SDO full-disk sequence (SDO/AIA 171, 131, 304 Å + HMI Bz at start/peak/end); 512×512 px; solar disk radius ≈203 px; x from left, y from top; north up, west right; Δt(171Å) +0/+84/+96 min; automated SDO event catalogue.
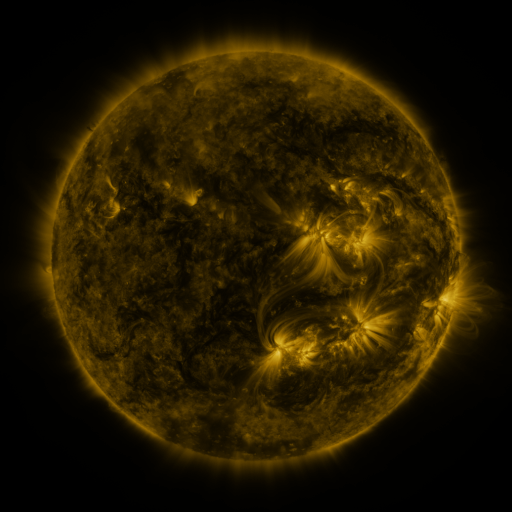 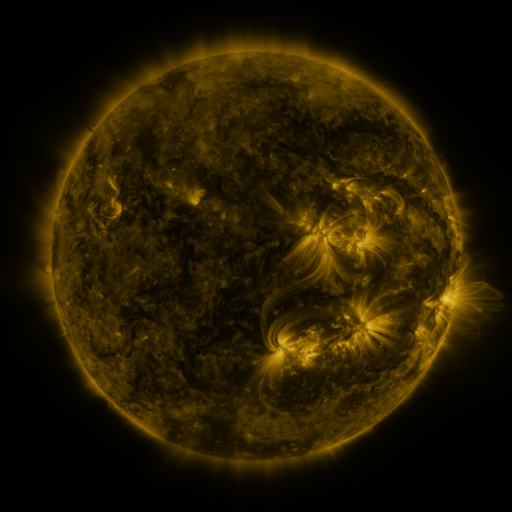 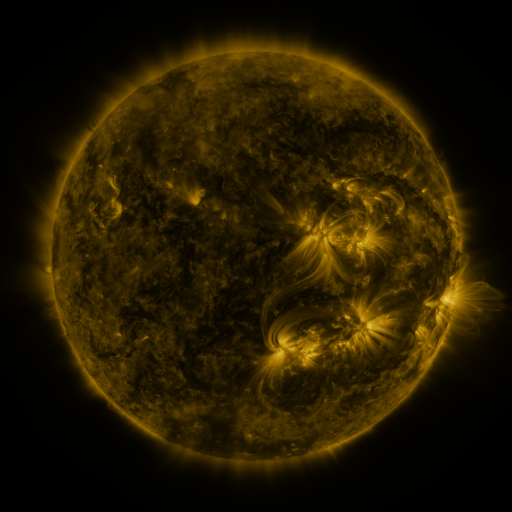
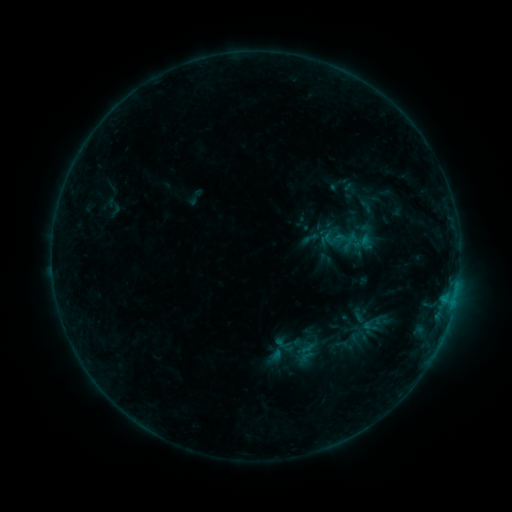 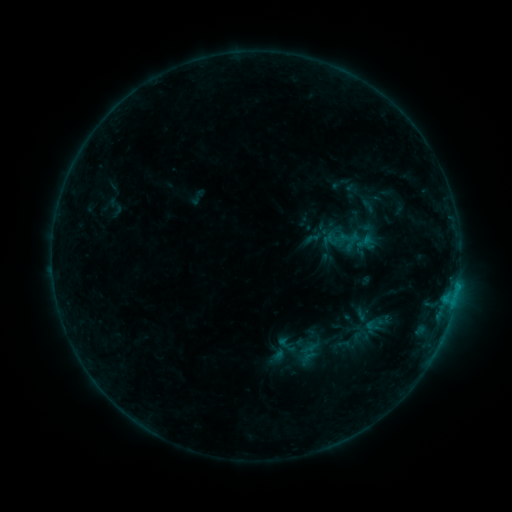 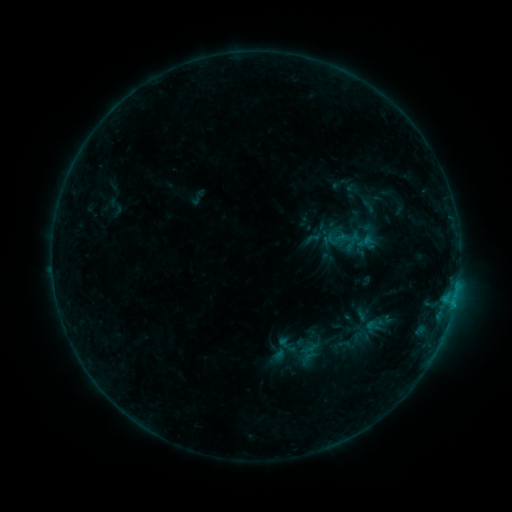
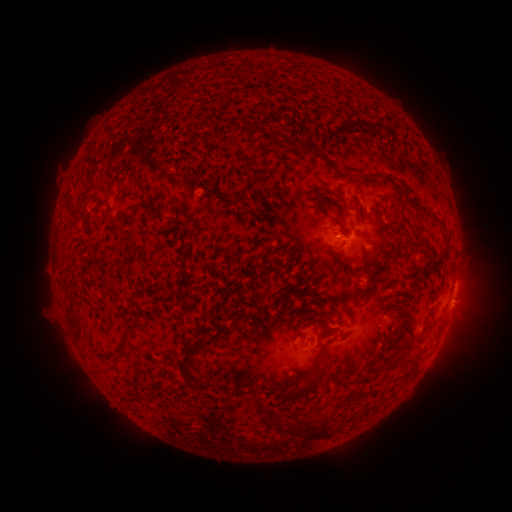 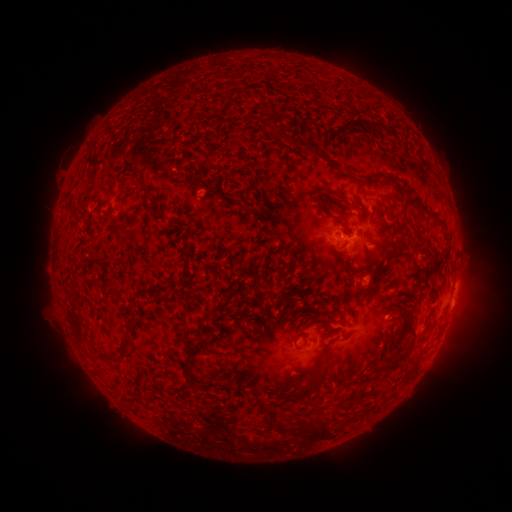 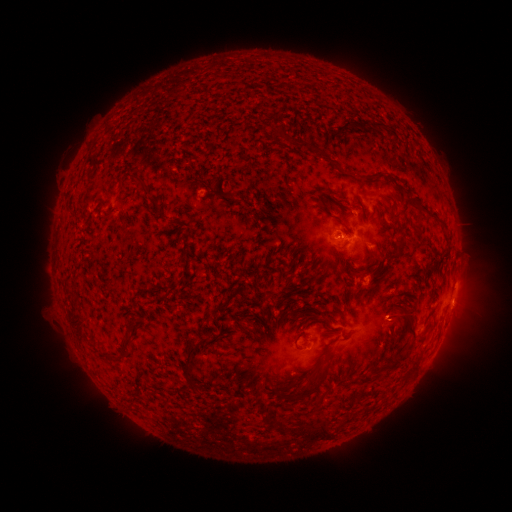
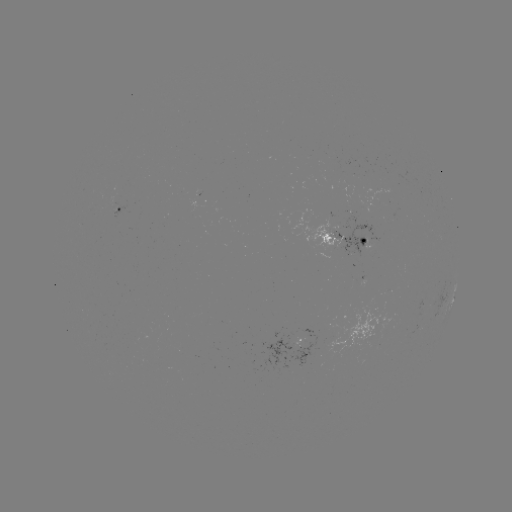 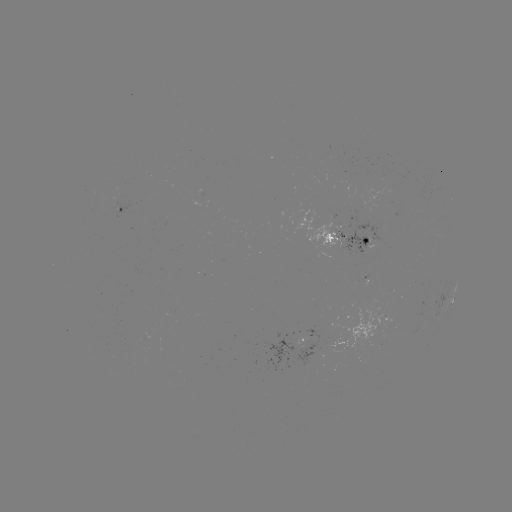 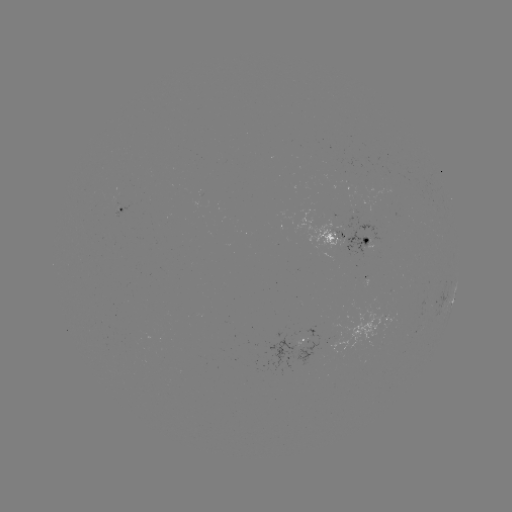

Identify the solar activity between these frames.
emerging-flux region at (338, 231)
